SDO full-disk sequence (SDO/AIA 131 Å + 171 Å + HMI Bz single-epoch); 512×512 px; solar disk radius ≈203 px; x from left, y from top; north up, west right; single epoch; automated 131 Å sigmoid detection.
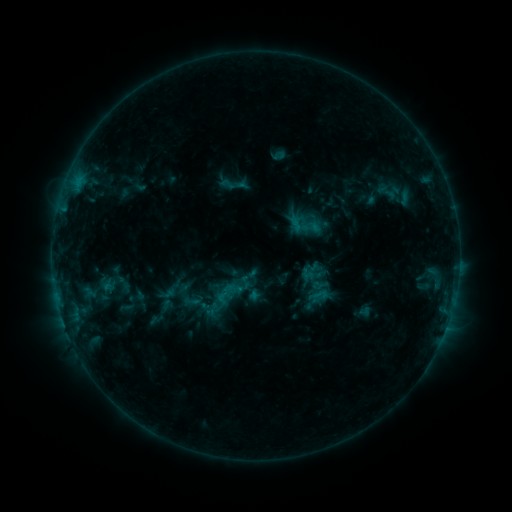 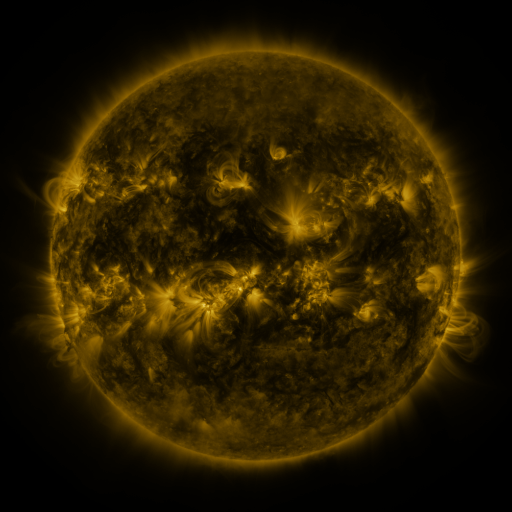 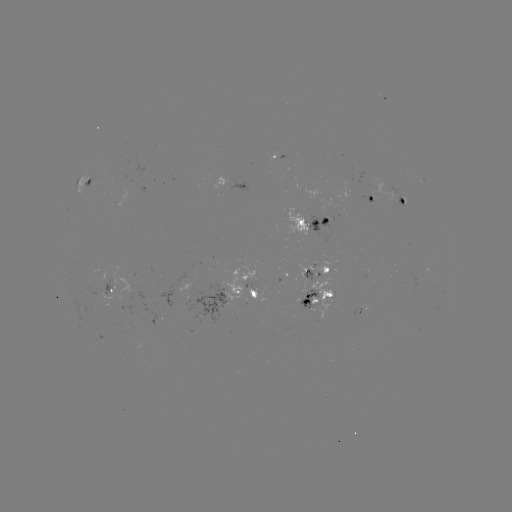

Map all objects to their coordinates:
sigmoid: (228, 184)
sigmoid: (306, 272)
sigmoid: (318, 297)
